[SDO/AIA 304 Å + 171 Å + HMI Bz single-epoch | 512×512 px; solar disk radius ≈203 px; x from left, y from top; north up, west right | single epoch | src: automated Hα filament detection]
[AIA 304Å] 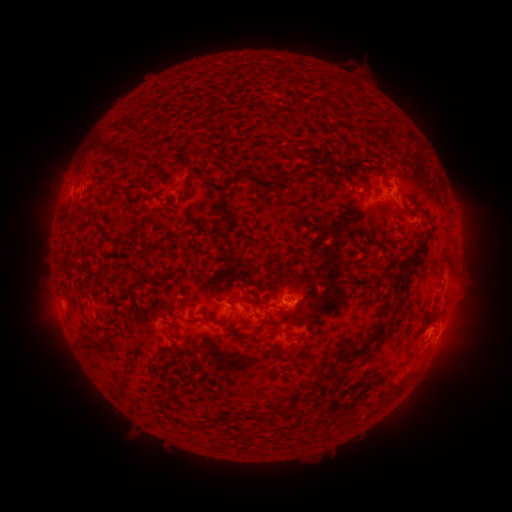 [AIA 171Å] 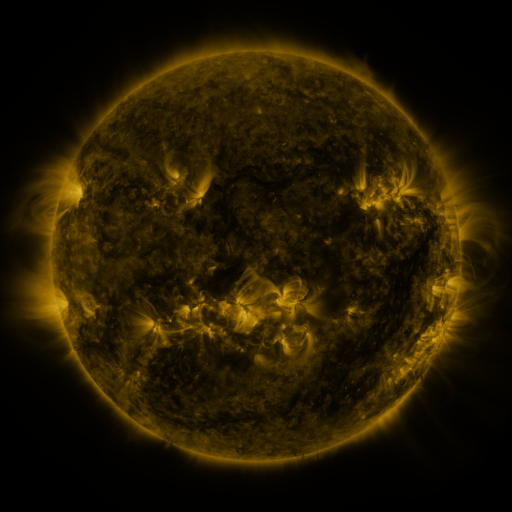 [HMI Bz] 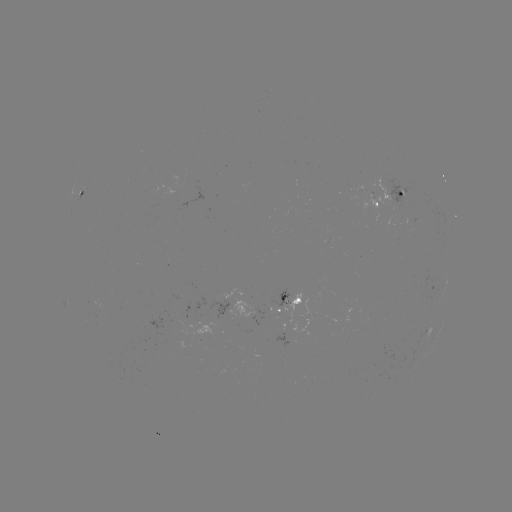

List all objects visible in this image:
filament: <bbox>274, 173, 285, 184</bbox>
filament: <bbox>399, 208, 416, 215</bbox>
filament: <bbox>223, 215, 236, 263</bbox>
filament: <bbox>401, 255, 413, 278</bbox>
filament: <bbox>279, 271, 297, 286</bbox>
filament: <bbox>205, 272, 218, 299</bbox>
filament: <bbox>264, 302, 280, 311</bbox>
filament: <bbox>210, 310, 233, 325</bbox>
filament: <bbox>431, 311, 443, 321</bbox>
filament: <bbox>254, 317, 270, 332</bbox>
filament: <bbox>363, 322, 387, 346</bbox>
filament: <bbox>267, 329, 278, 339</bbox>
filament: <bbox>339, 347, 364, 360</bbox>
filament: <bbox>274, 353, 283, 362</bbox>
filament: <bbox>307, 361, 337, 389</bbox>
filament: <bbox>266, 414, 278, 424</bbox>
